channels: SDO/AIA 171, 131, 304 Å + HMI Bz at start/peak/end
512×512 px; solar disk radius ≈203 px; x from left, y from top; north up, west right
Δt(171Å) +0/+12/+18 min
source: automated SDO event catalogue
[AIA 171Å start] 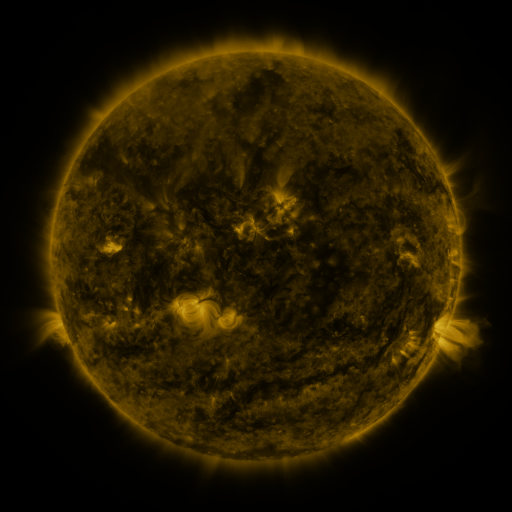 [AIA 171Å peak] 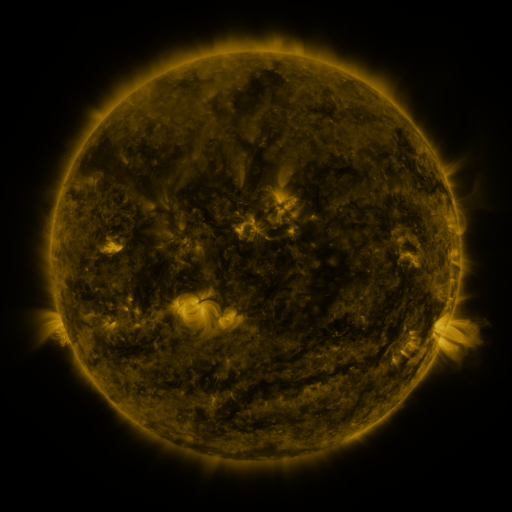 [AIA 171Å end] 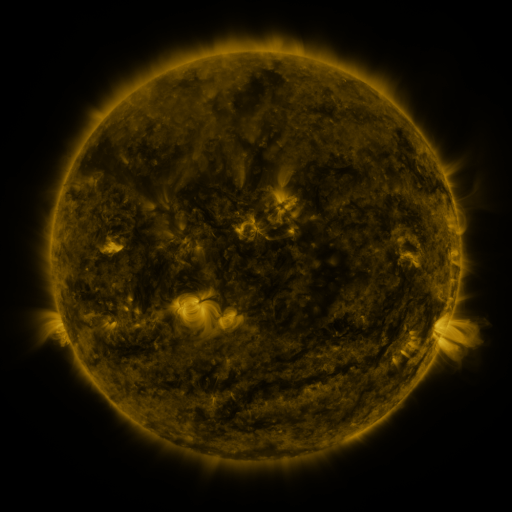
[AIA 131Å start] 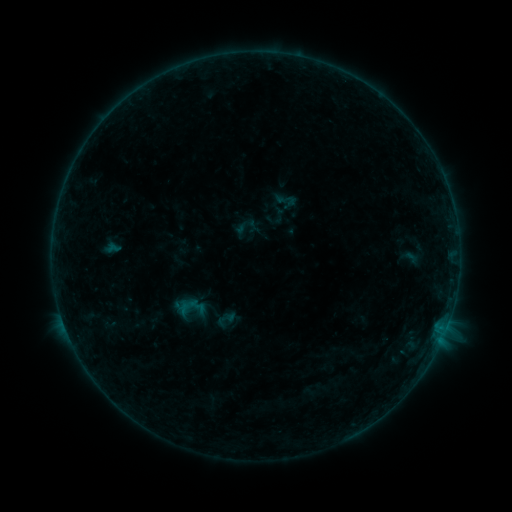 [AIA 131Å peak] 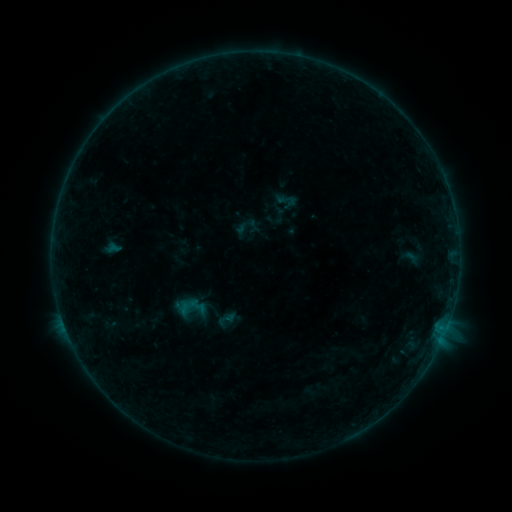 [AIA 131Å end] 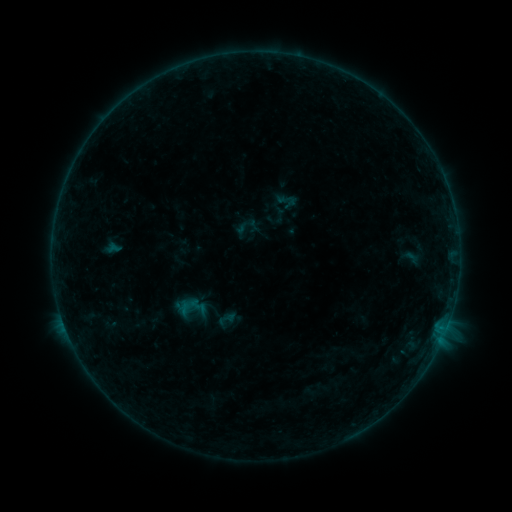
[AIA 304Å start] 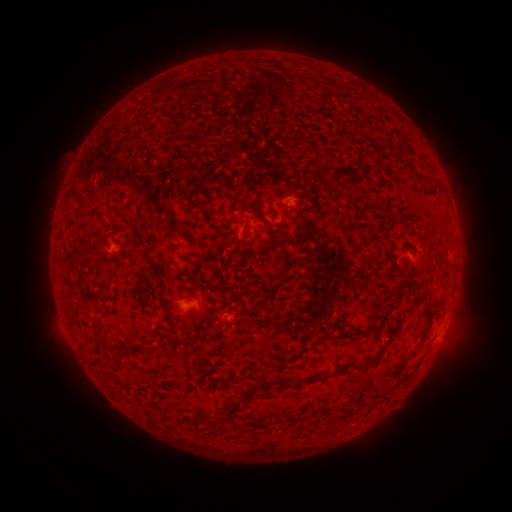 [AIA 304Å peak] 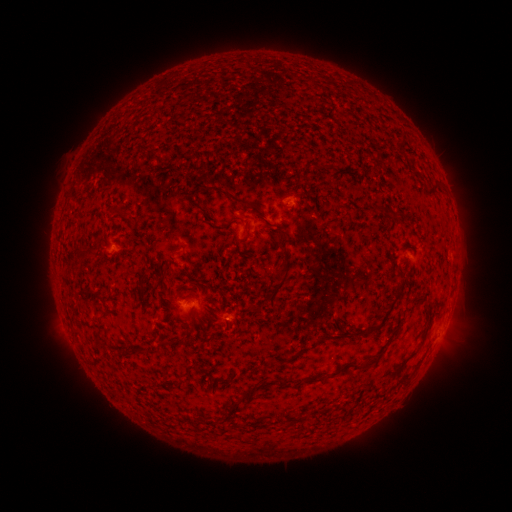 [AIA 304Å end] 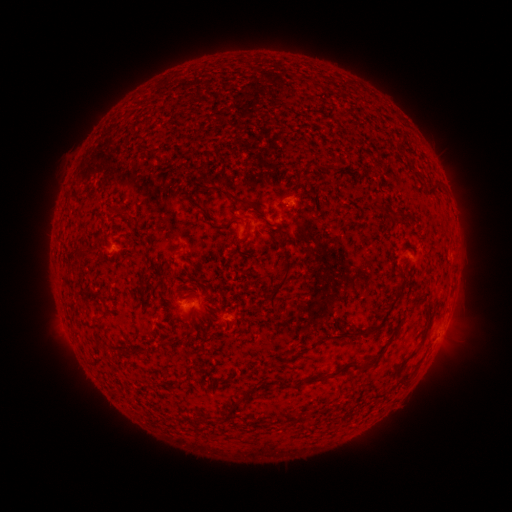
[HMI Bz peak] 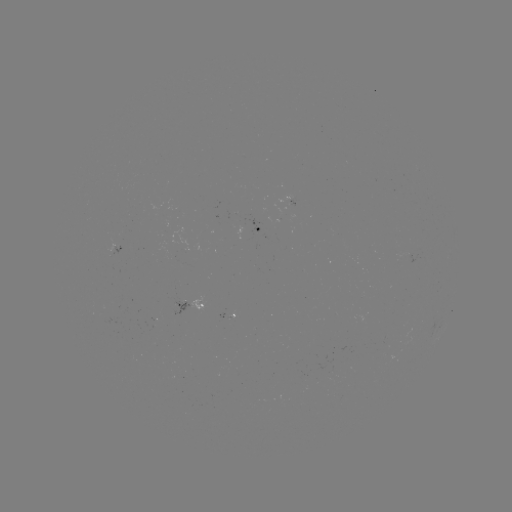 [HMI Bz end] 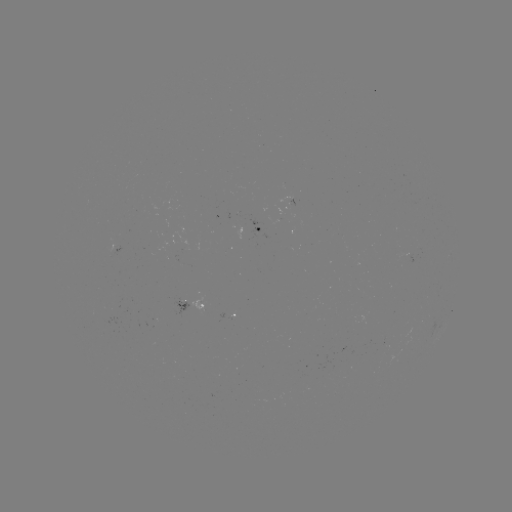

nothing was catalogued: no classed flare, no EUV trigger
